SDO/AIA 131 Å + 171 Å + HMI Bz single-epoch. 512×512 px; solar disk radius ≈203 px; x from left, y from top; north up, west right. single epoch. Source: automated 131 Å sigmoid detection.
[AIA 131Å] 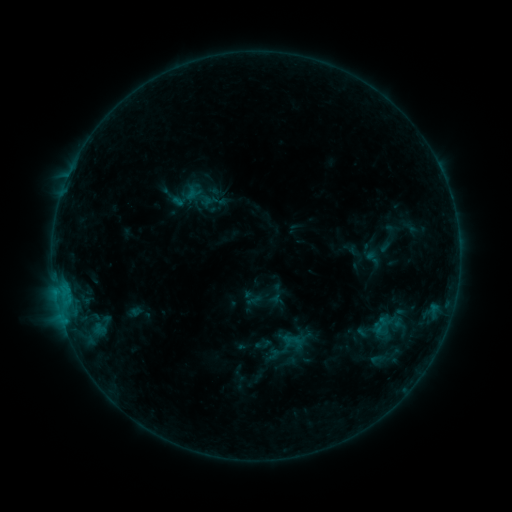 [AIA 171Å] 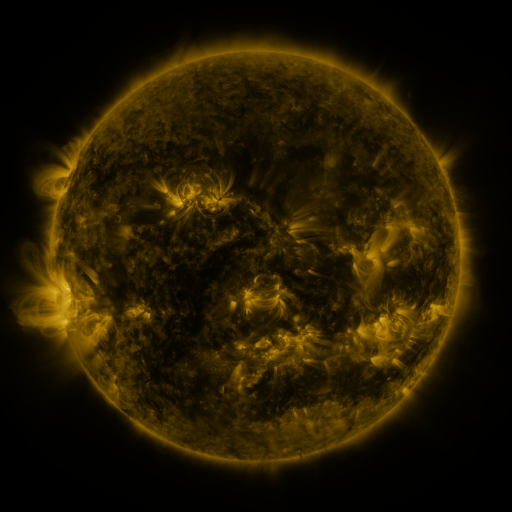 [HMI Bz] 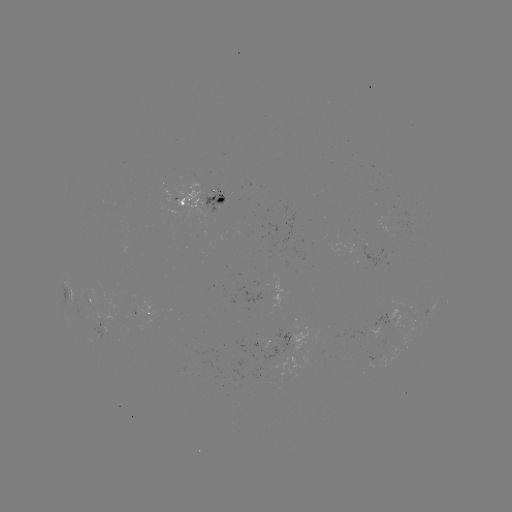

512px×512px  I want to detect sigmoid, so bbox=[362, 248, 383, 268].